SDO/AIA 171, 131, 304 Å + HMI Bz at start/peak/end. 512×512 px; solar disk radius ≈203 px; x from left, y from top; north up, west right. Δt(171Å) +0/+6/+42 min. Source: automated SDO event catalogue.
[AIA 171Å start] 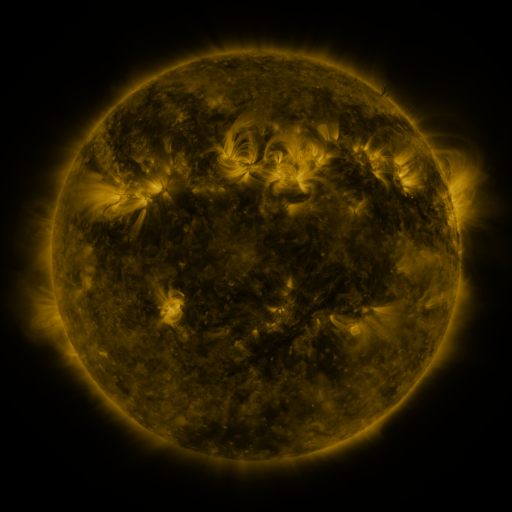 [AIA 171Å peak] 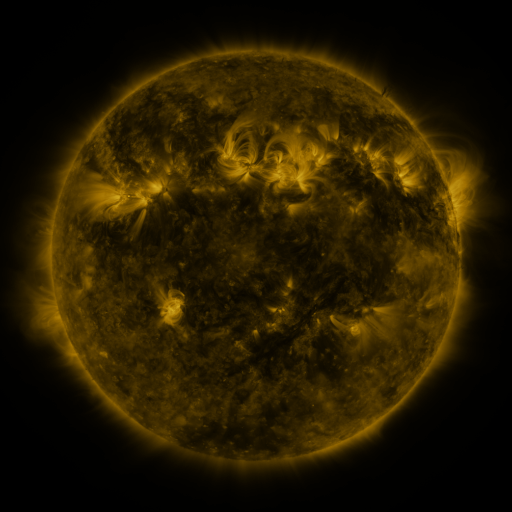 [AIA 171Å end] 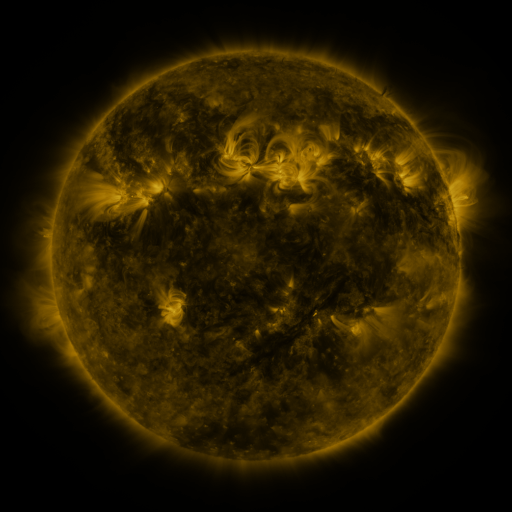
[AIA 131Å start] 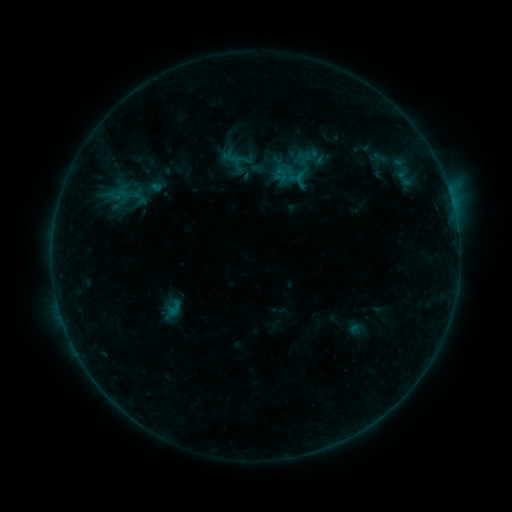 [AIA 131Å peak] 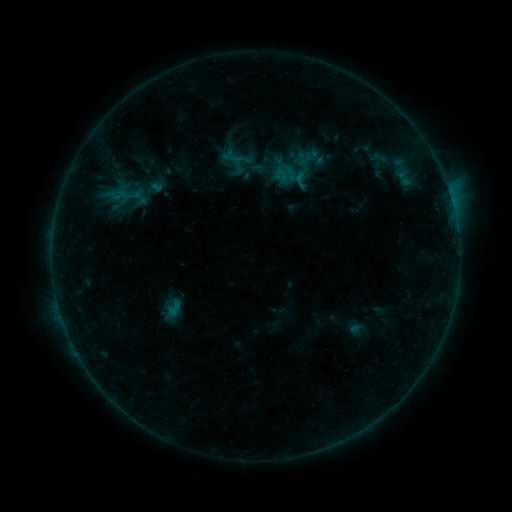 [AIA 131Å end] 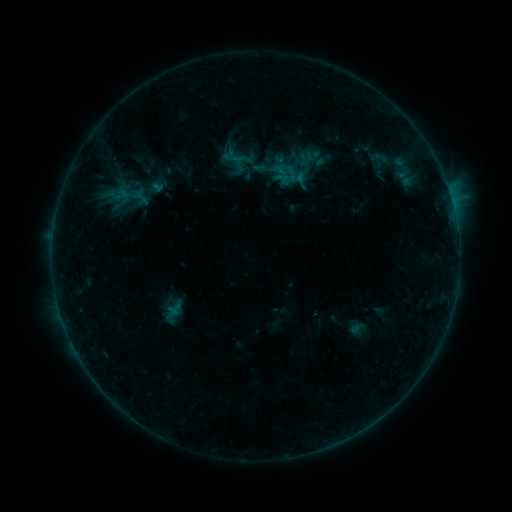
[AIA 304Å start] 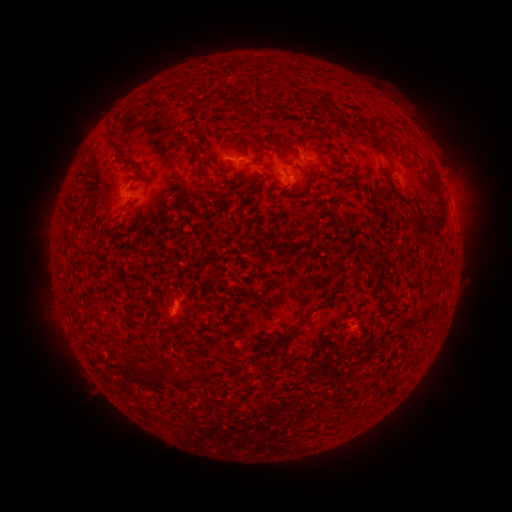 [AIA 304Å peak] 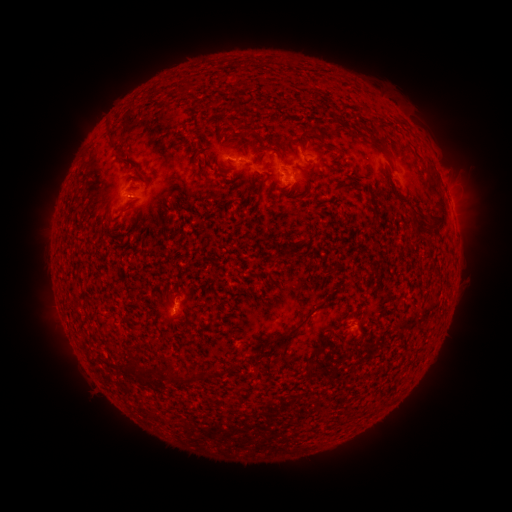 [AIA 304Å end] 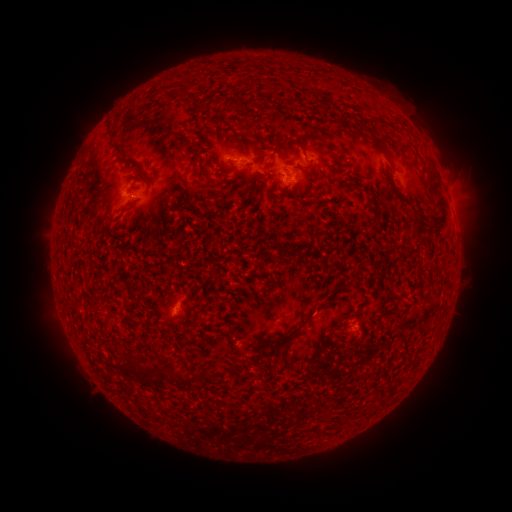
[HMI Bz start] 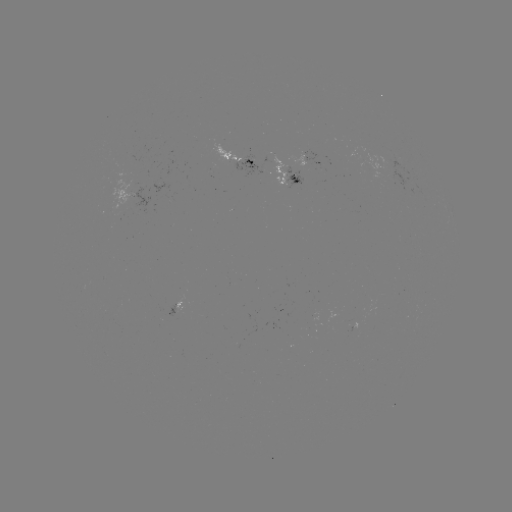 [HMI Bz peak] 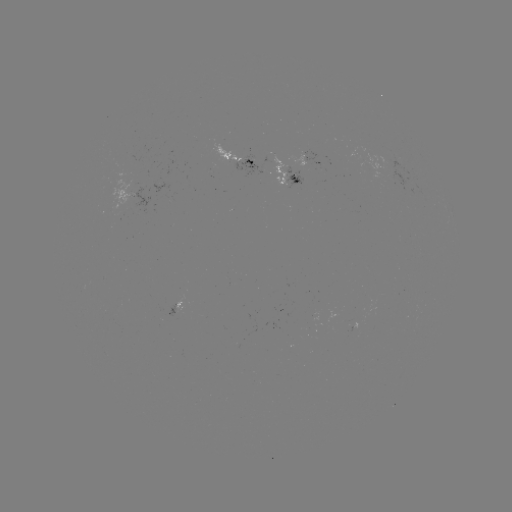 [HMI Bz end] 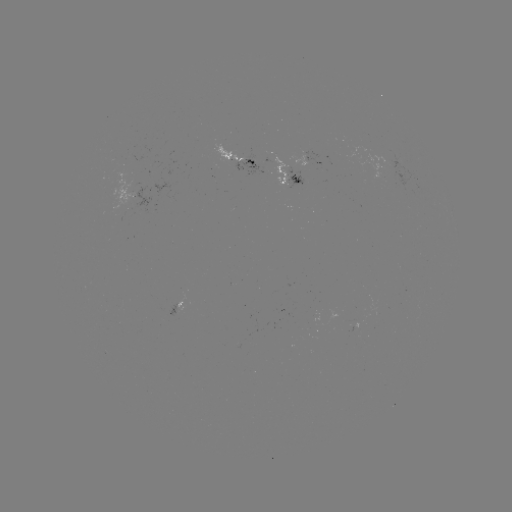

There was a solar emerging-flux region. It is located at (300, 166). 